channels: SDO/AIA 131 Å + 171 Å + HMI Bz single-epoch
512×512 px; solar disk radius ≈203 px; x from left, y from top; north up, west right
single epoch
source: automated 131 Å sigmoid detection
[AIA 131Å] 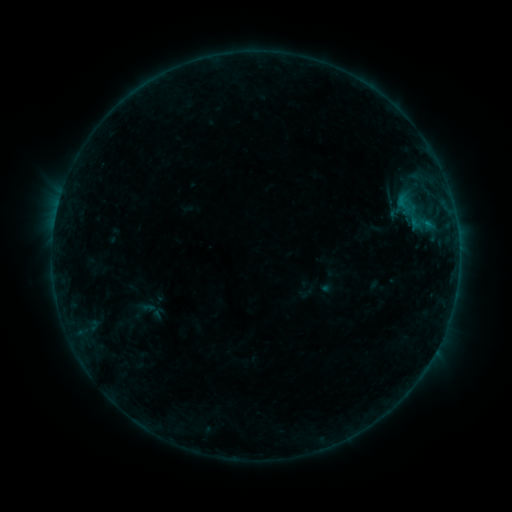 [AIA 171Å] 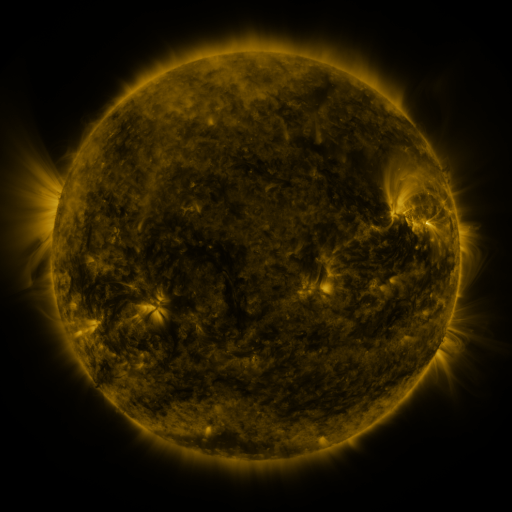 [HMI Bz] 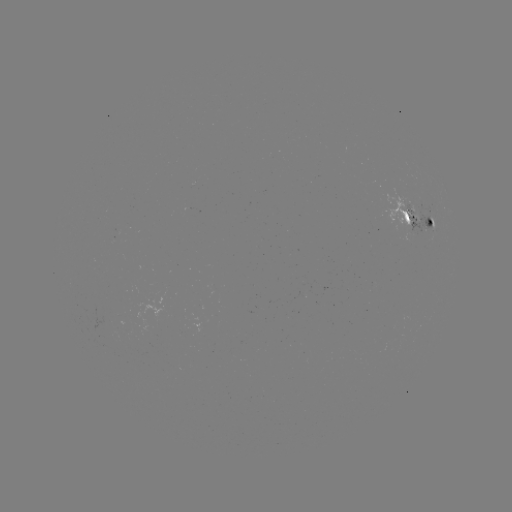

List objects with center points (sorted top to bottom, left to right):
sigmoid: (405, 204)
sigmoid: (415, 212)
